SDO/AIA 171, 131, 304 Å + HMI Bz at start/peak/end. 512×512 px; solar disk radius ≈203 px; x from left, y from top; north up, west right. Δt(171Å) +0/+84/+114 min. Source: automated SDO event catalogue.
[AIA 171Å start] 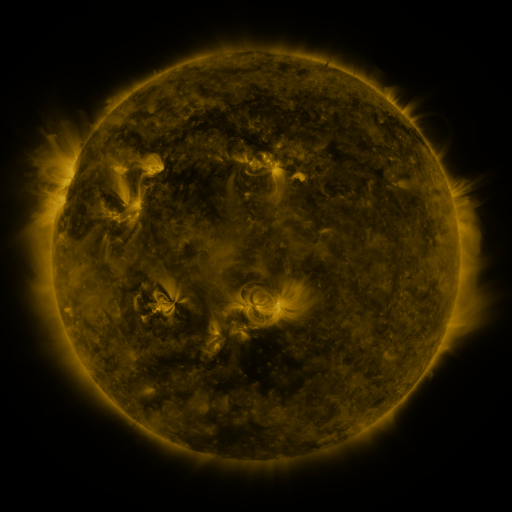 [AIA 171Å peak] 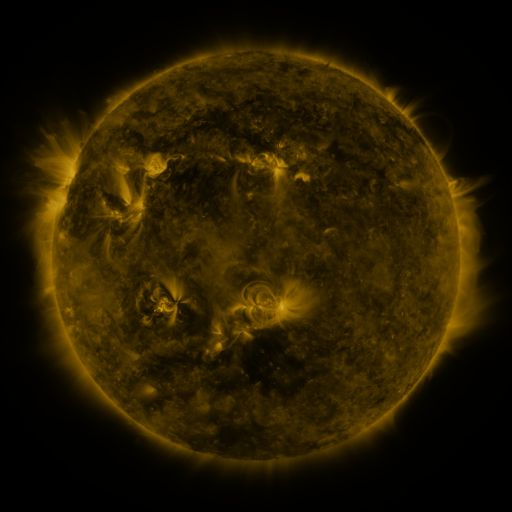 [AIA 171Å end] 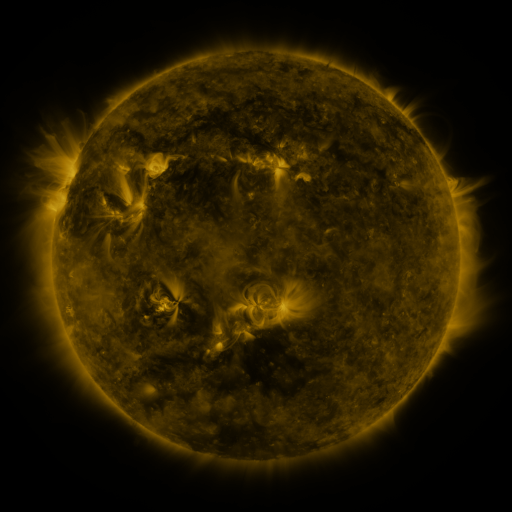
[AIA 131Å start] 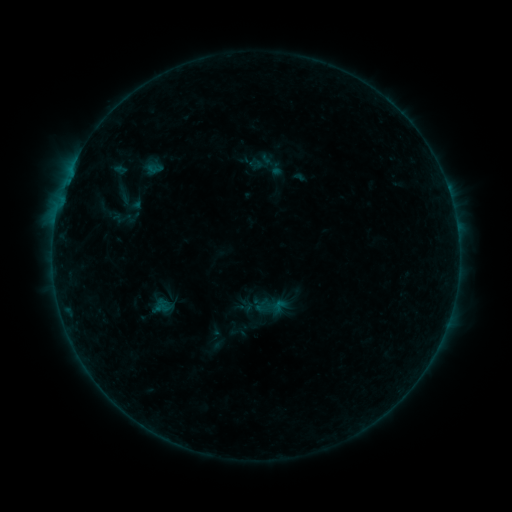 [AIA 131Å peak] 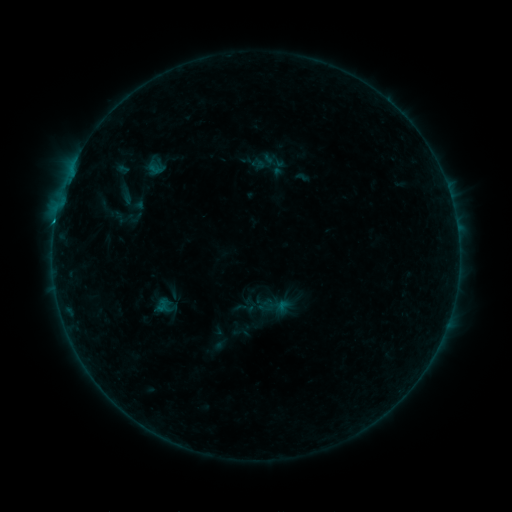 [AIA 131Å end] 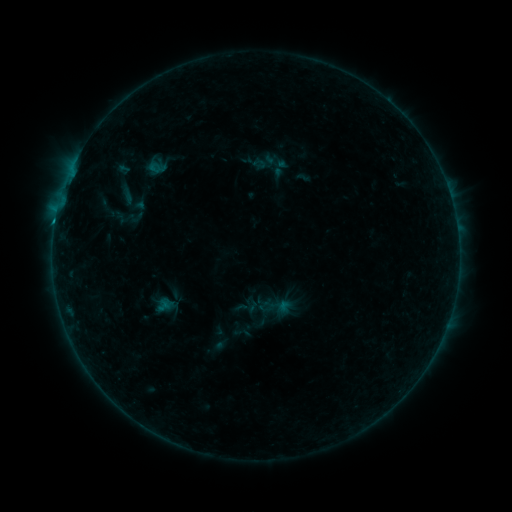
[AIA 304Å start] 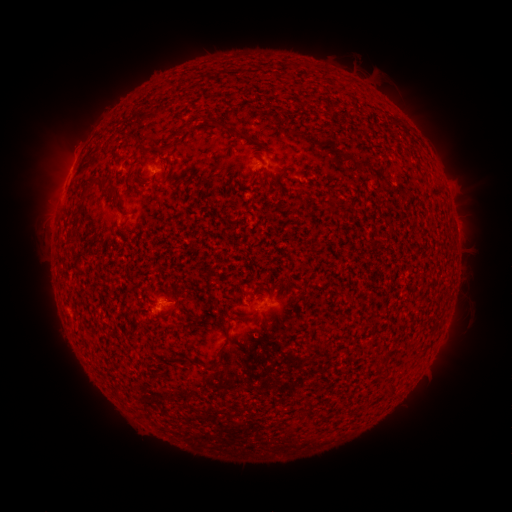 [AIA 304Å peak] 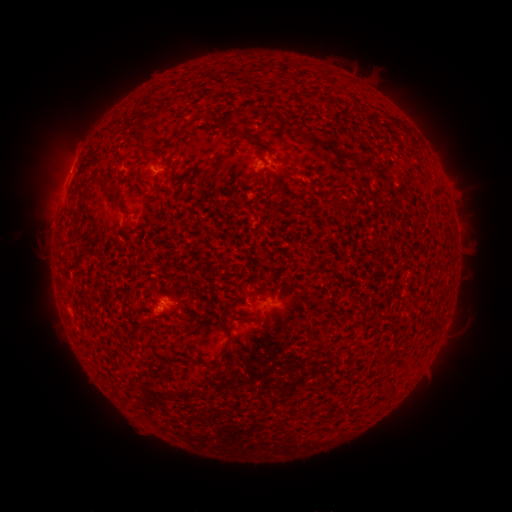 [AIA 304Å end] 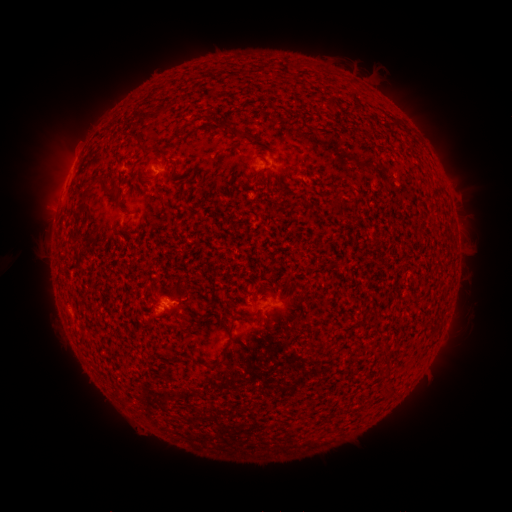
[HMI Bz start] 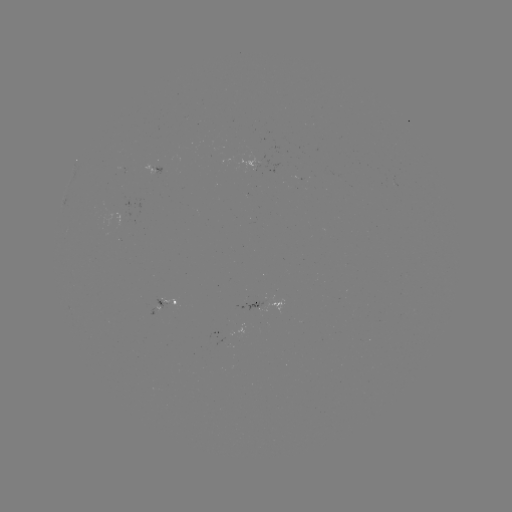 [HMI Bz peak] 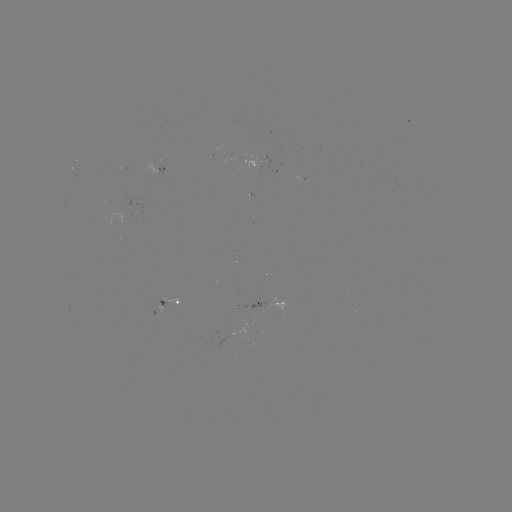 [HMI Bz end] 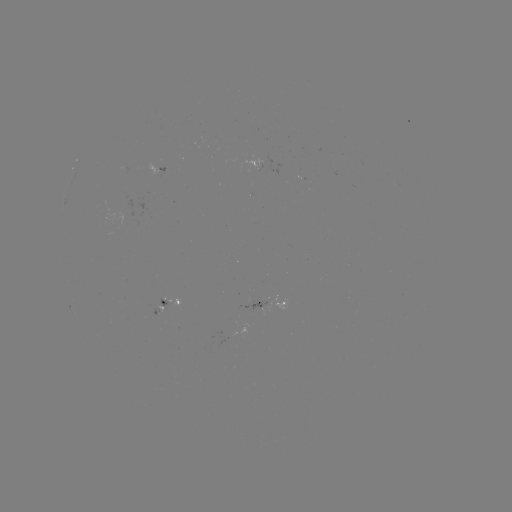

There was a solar flare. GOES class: B5.0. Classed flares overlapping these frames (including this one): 2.